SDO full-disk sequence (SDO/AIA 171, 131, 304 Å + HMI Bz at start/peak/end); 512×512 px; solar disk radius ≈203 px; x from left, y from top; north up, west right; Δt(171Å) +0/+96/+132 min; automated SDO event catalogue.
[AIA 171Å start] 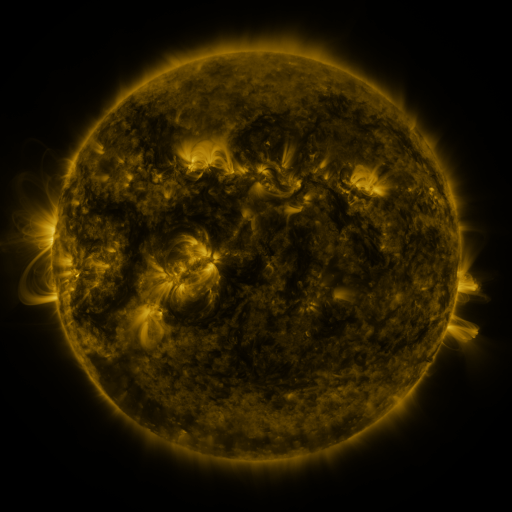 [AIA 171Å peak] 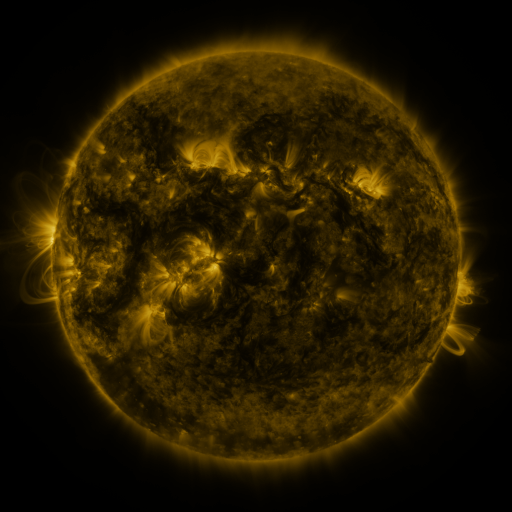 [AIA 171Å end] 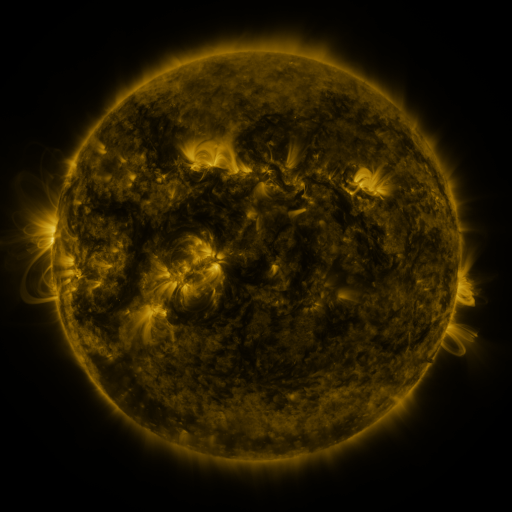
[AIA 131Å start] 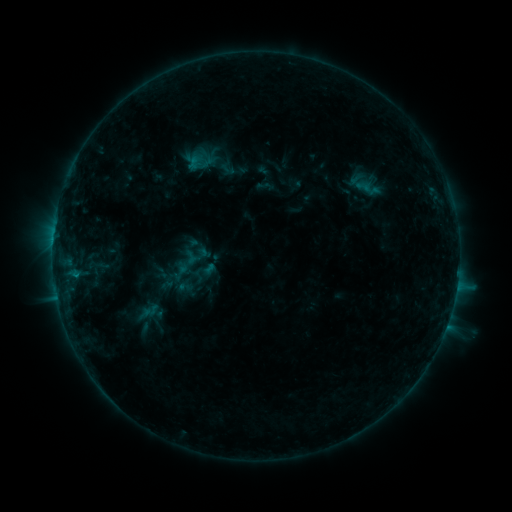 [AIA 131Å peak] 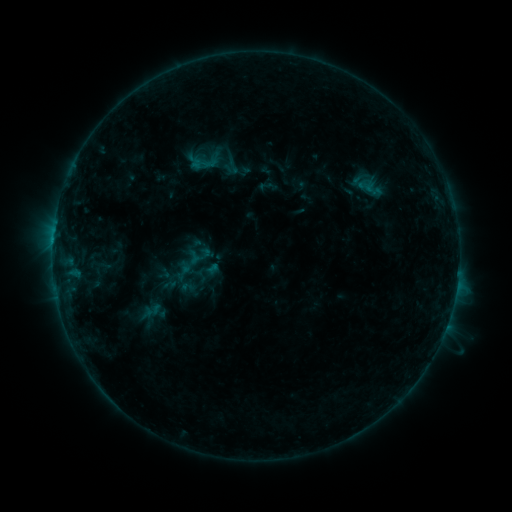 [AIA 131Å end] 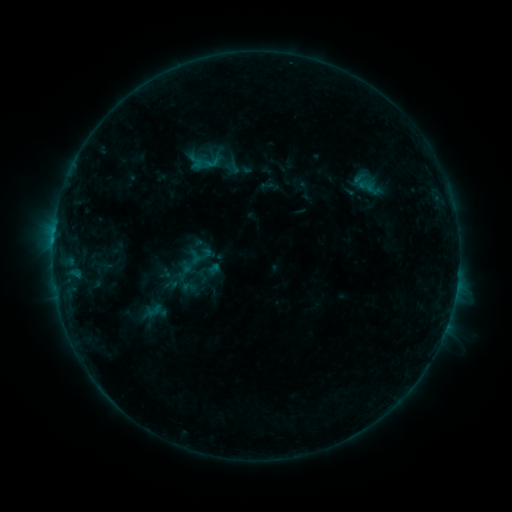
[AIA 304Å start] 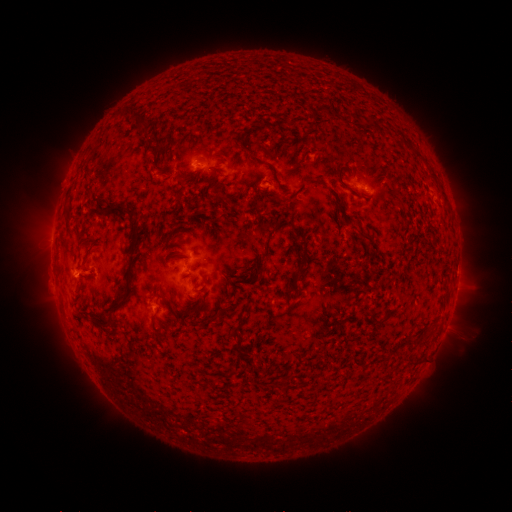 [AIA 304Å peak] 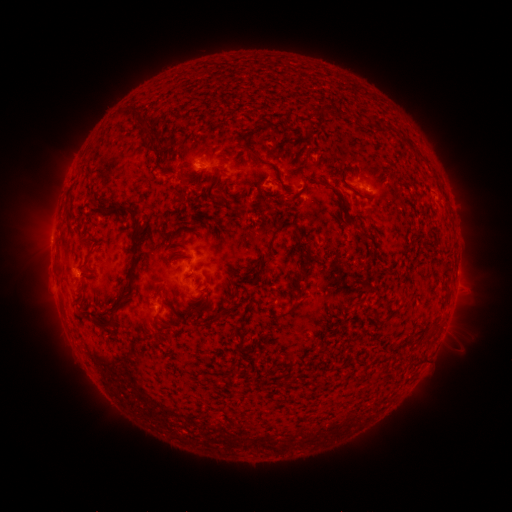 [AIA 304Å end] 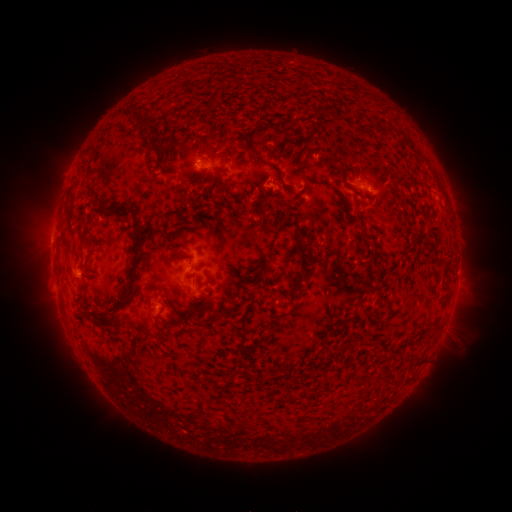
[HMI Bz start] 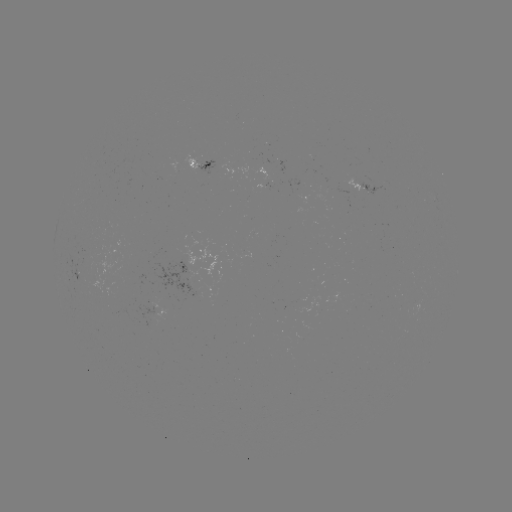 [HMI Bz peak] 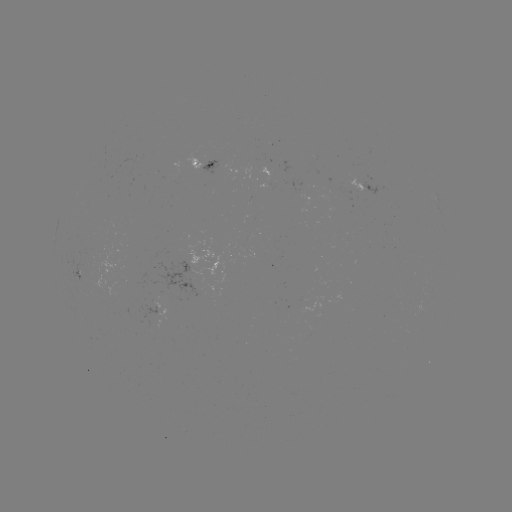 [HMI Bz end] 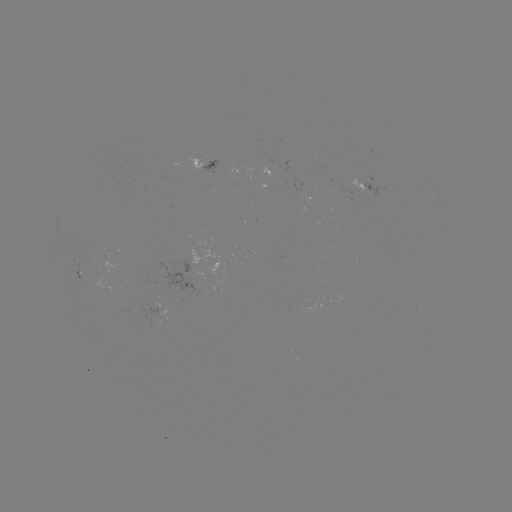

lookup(emerging-flux region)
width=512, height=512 [179, 168]